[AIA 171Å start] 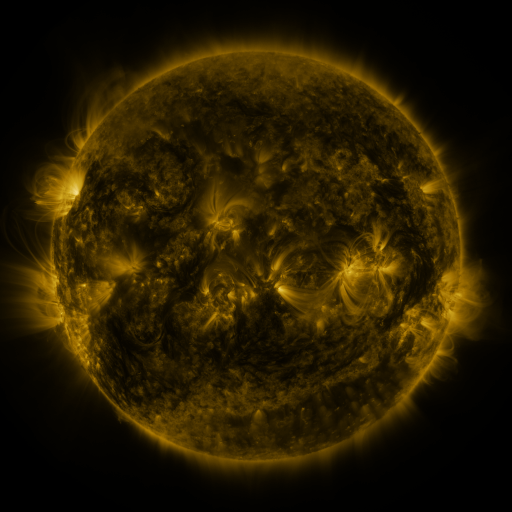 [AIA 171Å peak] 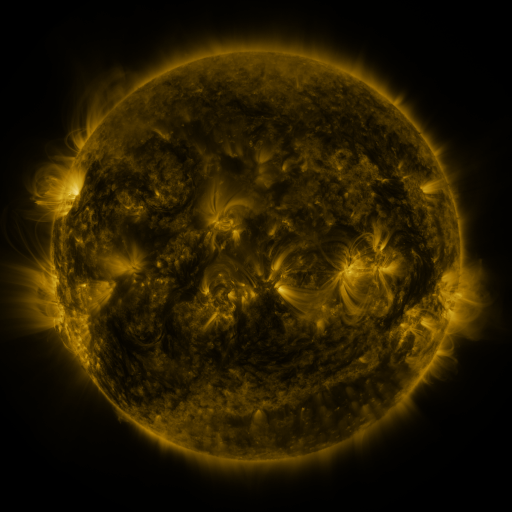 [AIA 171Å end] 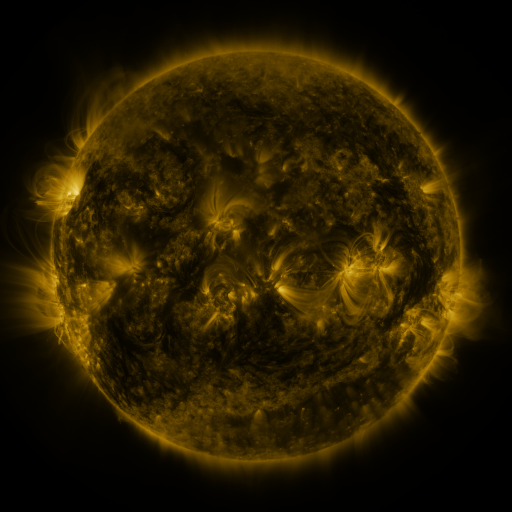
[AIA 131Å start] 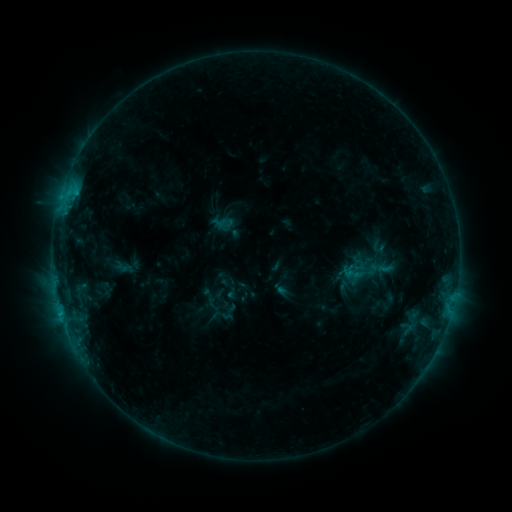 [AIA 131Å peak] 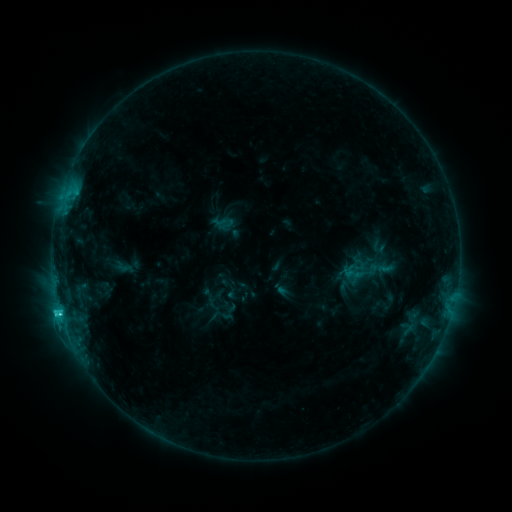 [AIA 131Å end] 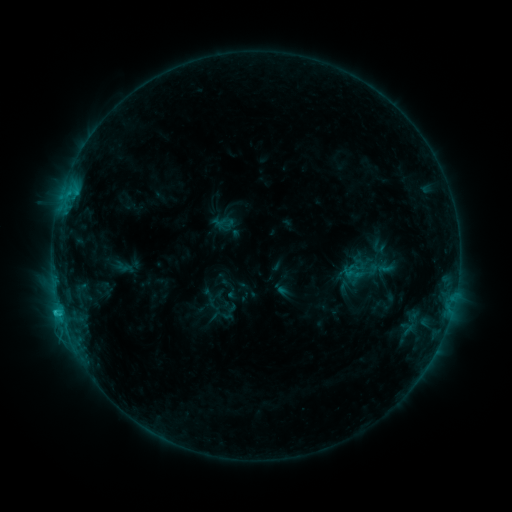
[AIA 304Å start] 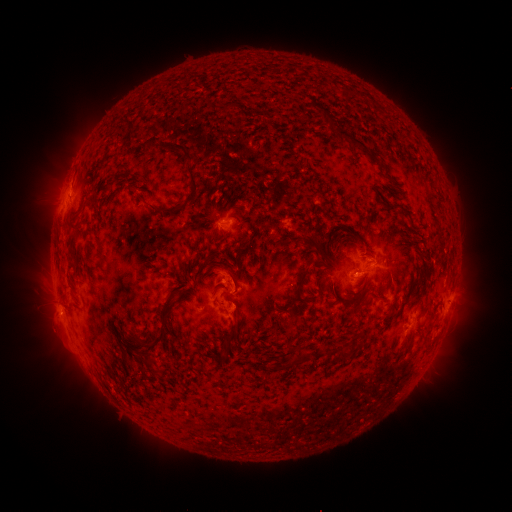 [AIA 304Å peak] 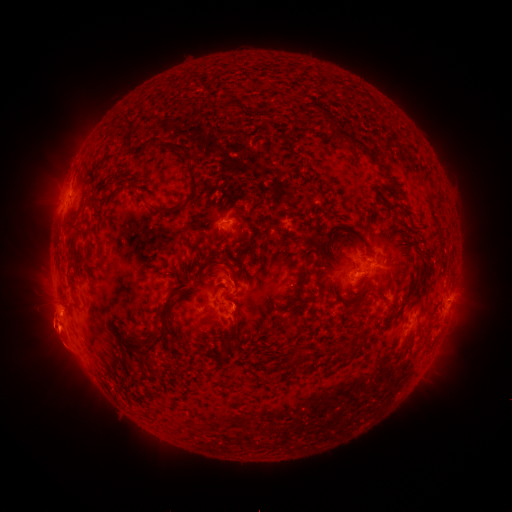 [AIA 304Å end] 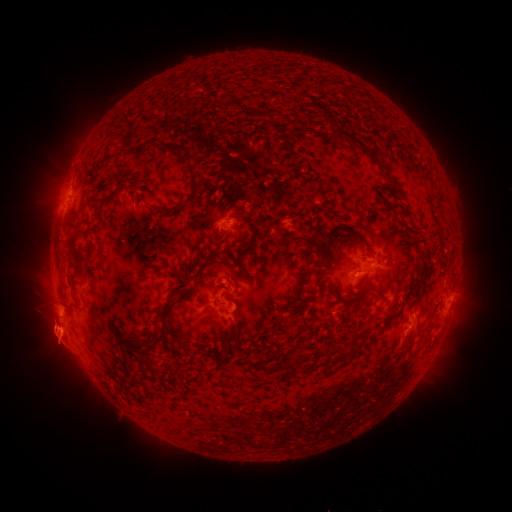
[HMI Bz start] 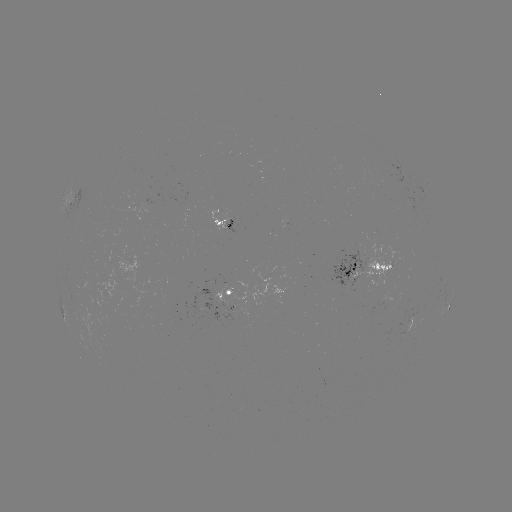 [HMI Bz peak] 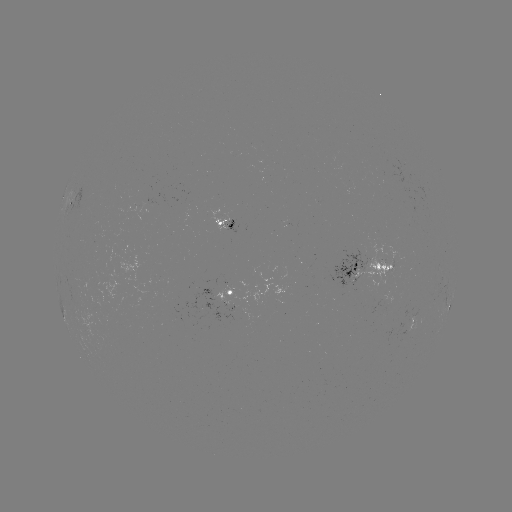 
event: flare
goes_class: C1.8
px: (60, 311)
